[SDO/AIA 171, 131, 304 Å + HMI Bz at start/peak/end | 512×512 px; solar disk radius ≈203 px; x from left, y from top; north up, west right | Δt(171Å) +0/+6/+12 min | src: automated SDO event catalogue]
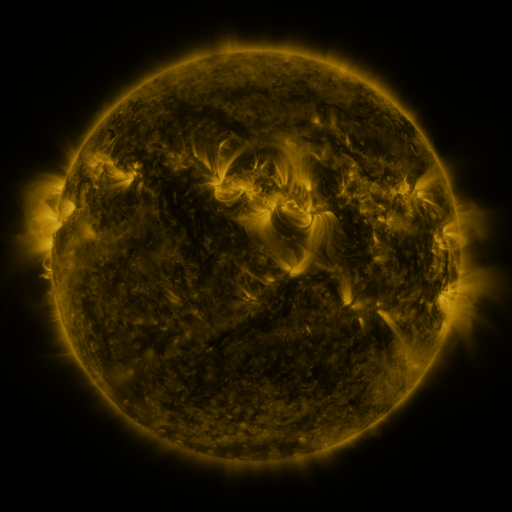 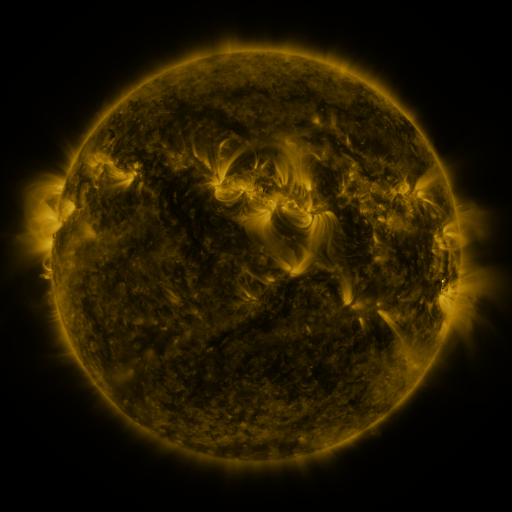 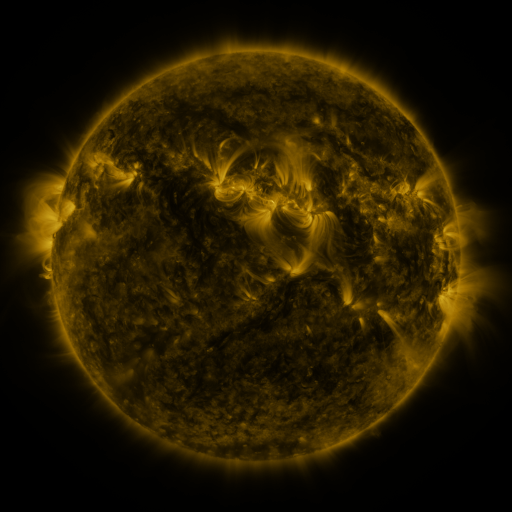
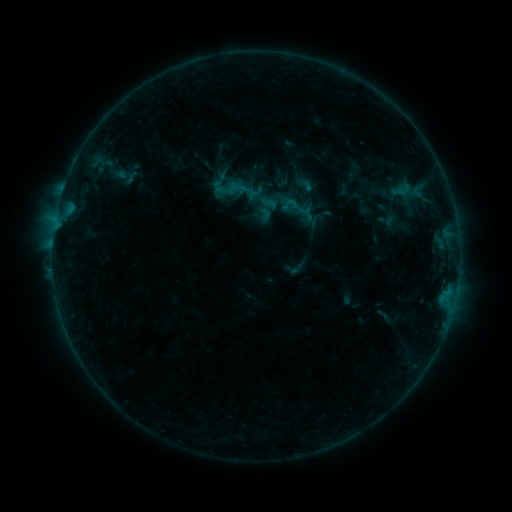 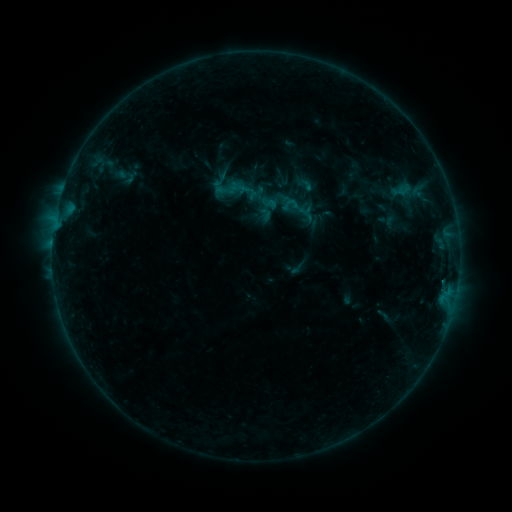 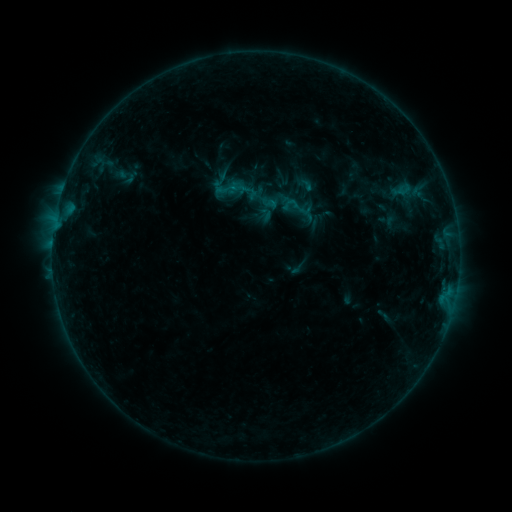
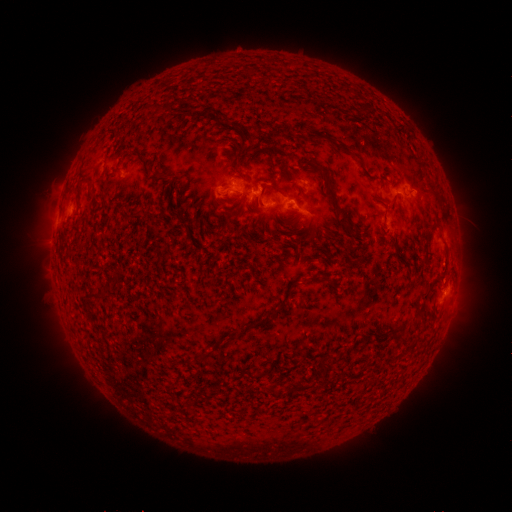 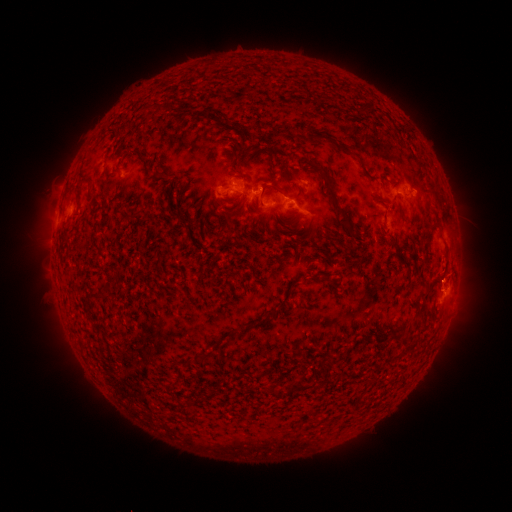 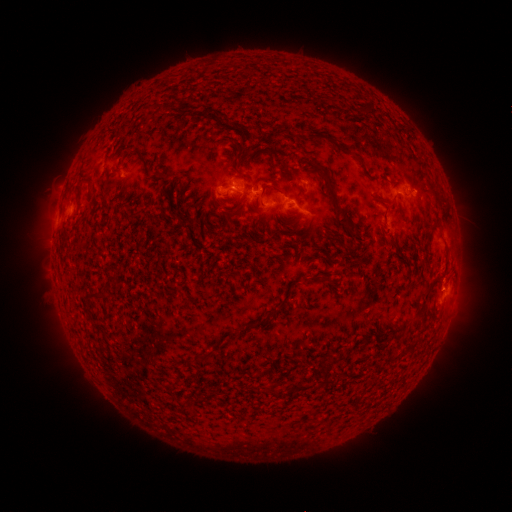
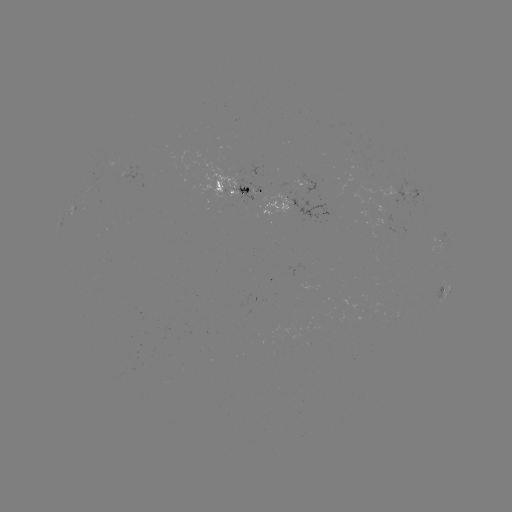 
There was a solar eruption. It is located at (448, 276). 